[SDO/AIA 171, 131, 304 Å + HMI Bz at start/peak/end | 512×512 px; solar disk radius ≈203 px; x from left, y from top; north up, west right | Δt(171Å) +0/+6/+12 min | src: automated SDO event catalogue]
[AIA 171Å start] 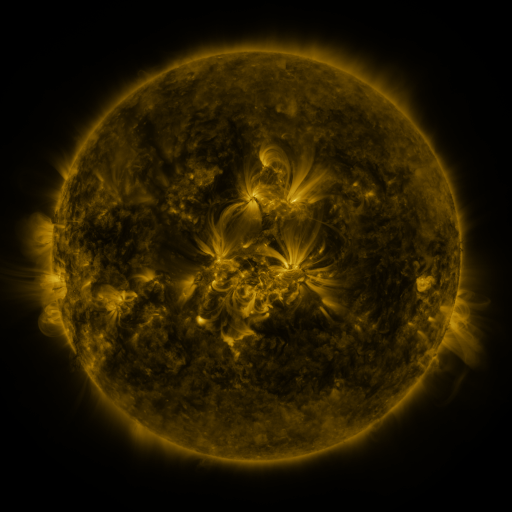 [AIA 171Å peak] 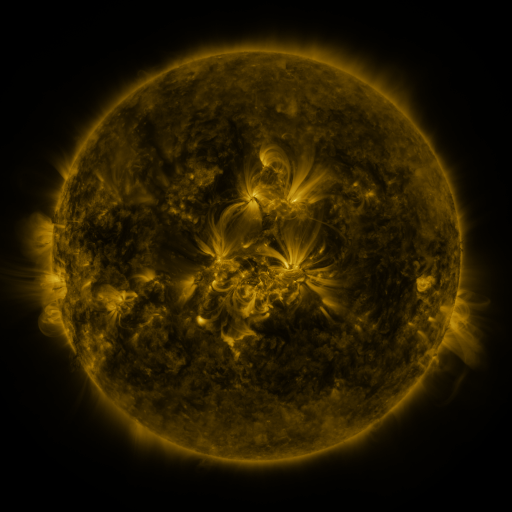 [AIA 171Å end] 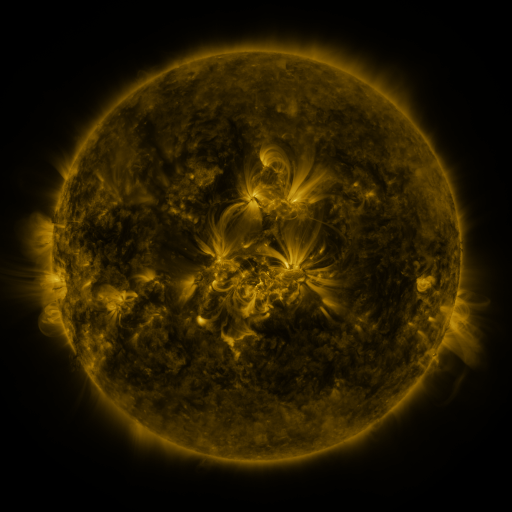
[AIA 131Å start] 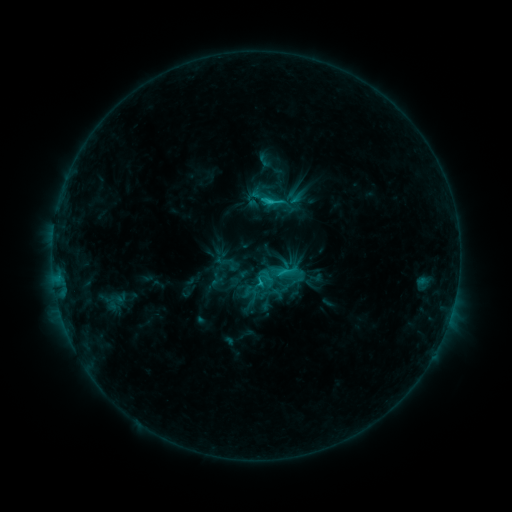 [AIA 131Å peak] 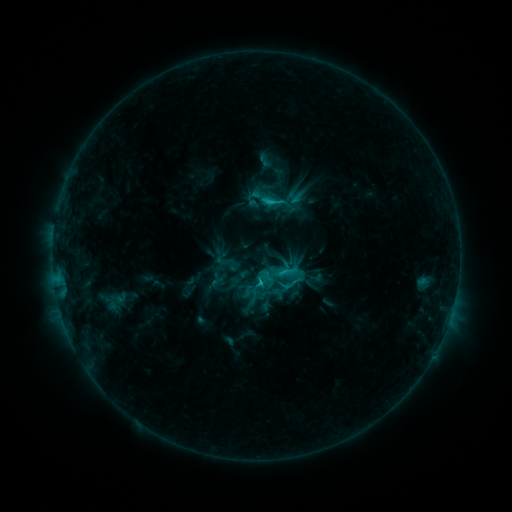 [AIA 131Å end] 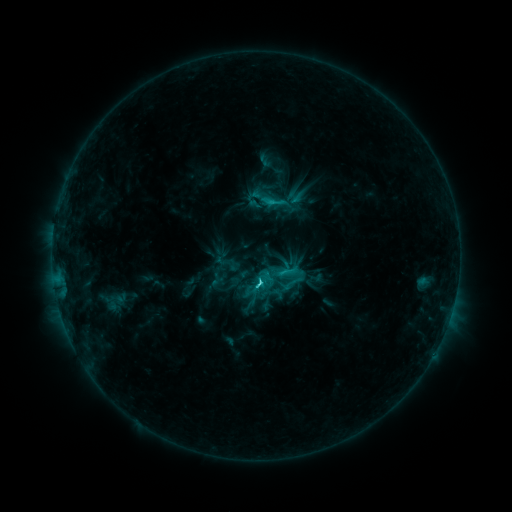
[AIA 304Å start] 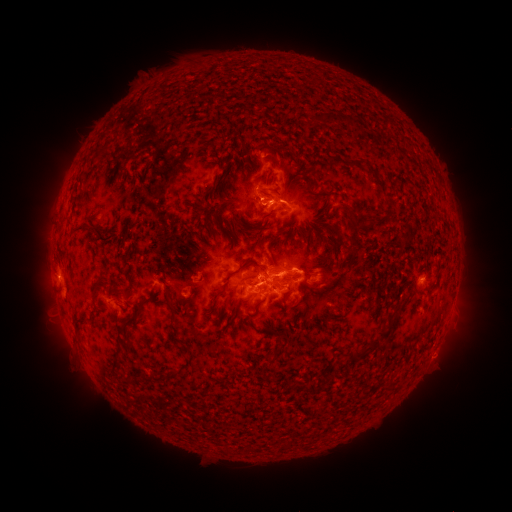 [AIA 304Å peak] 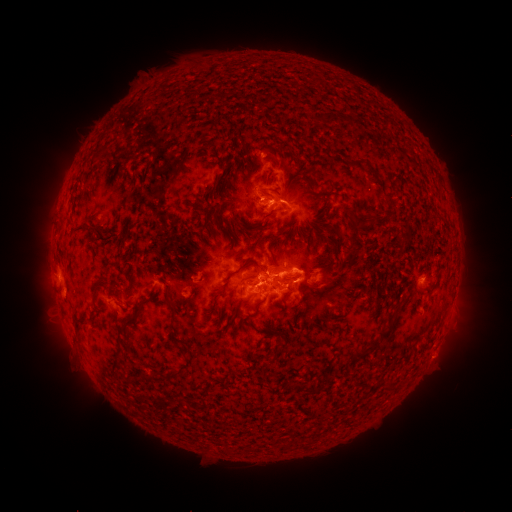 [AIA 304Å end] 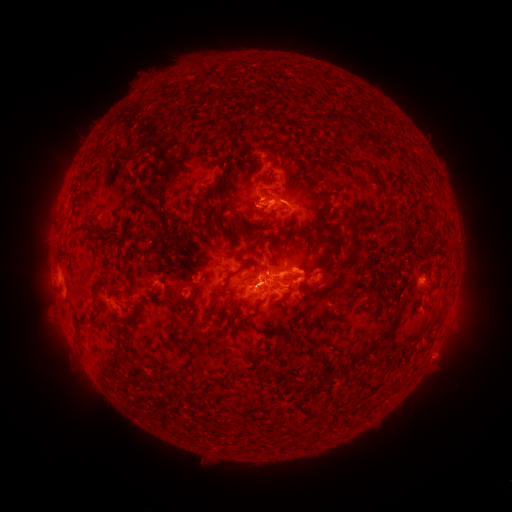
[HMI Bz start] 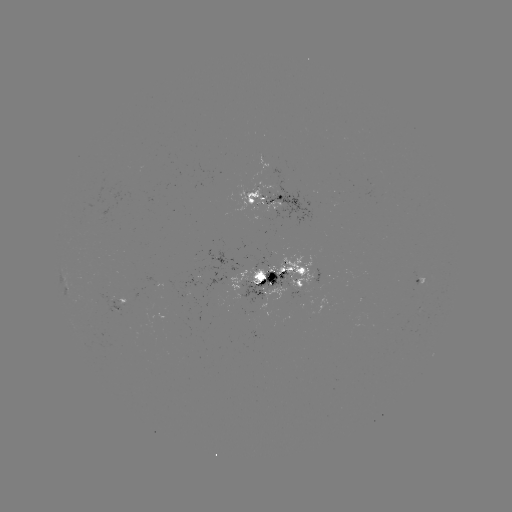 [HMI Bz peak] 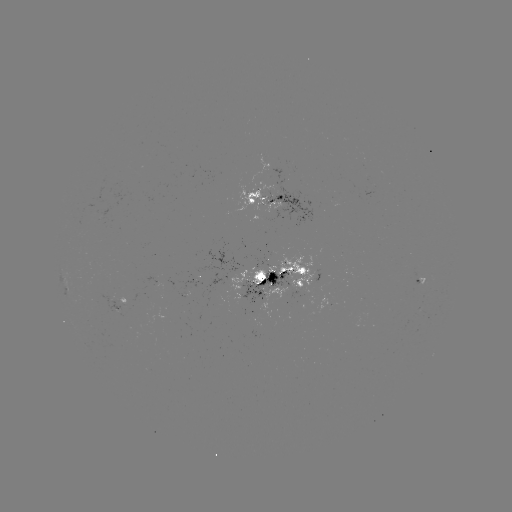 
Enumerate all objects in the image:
C4.6 flare: (259, 280)
